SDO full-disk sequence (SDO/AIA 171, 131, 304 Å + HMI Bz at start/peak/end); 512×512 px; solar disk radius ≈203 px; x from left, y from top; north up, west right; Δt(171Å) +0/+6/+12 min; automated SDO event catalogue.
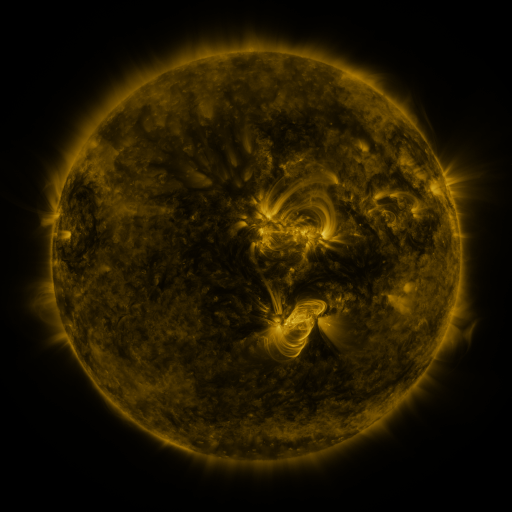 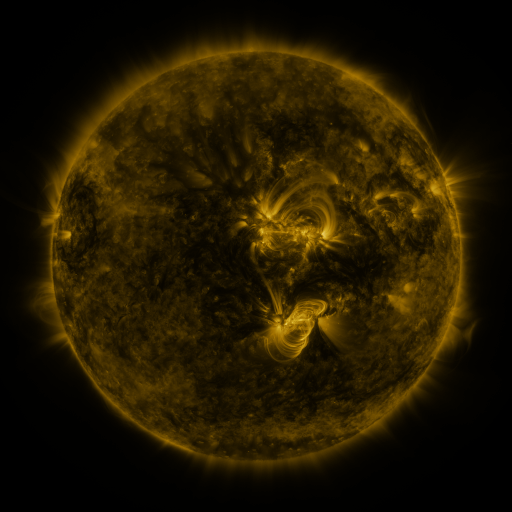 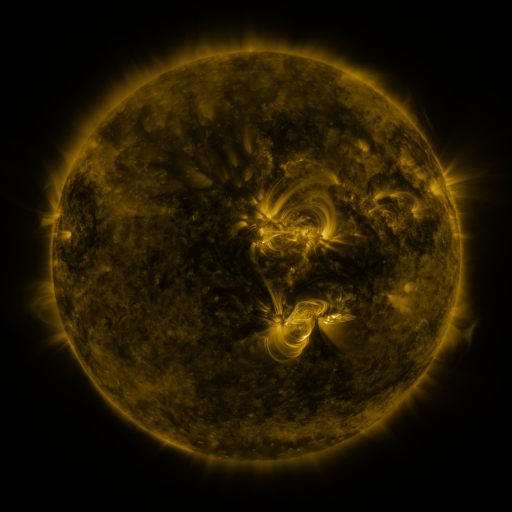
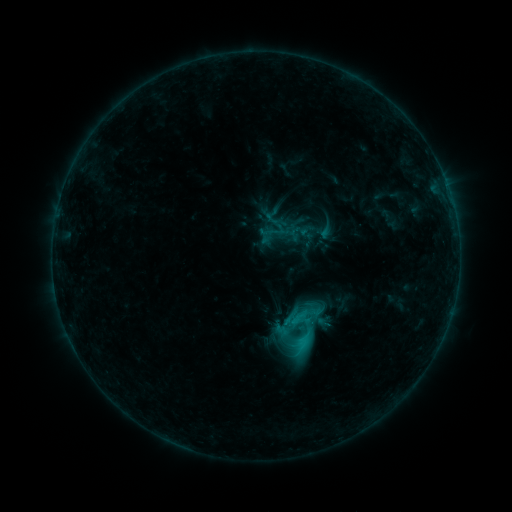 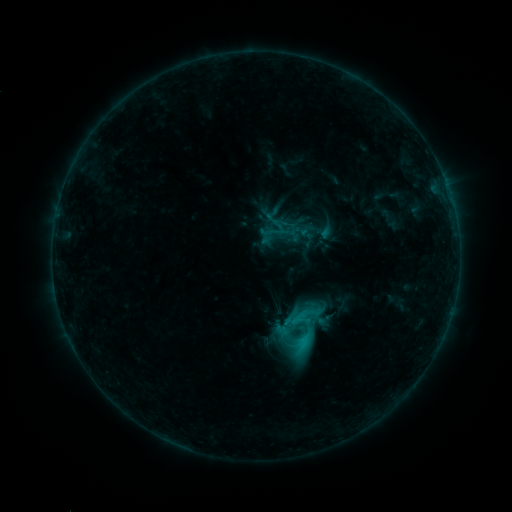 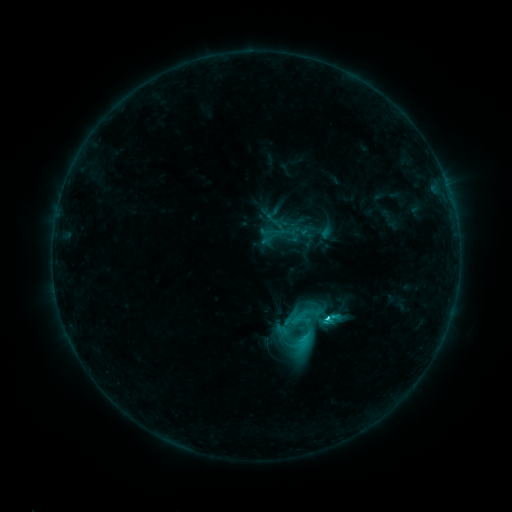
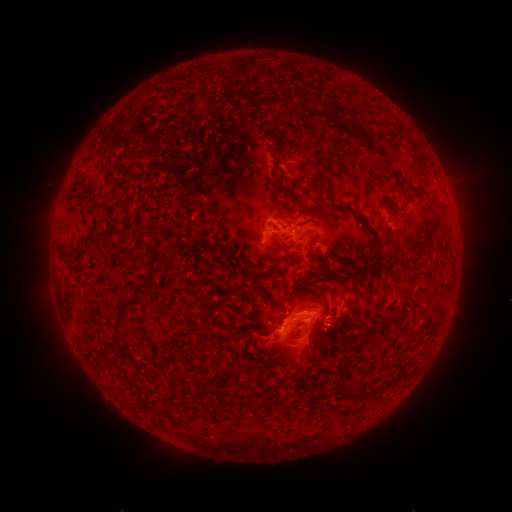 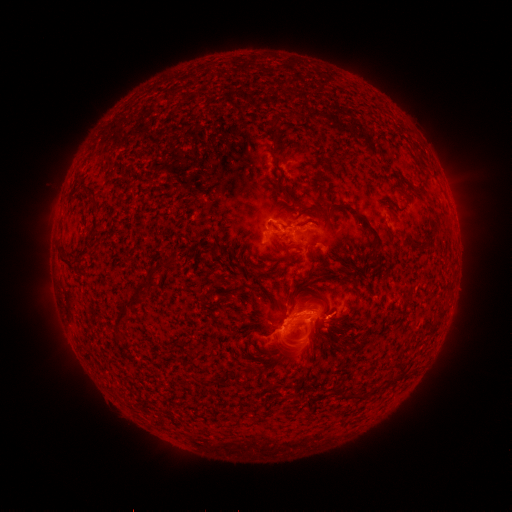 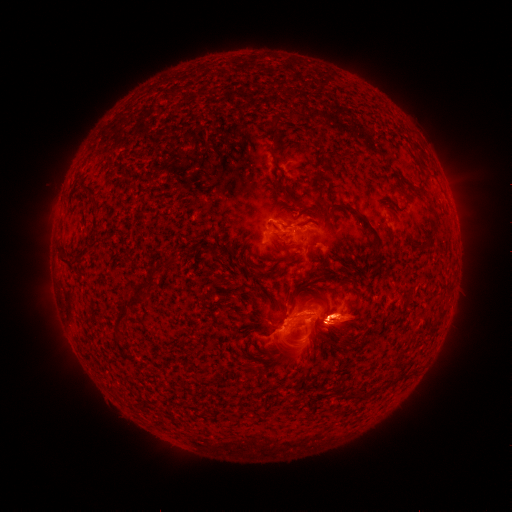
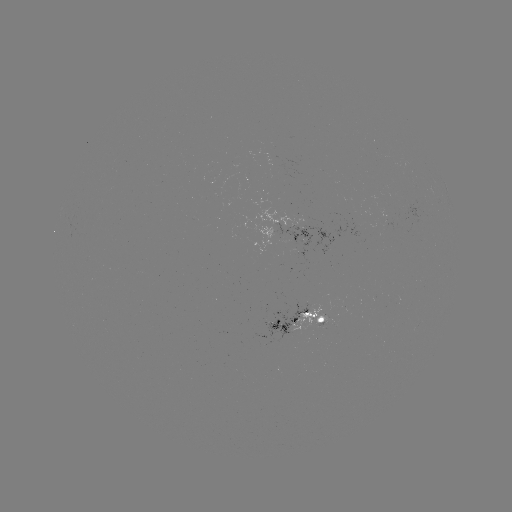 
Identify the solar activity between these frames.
eruption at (337, 318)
